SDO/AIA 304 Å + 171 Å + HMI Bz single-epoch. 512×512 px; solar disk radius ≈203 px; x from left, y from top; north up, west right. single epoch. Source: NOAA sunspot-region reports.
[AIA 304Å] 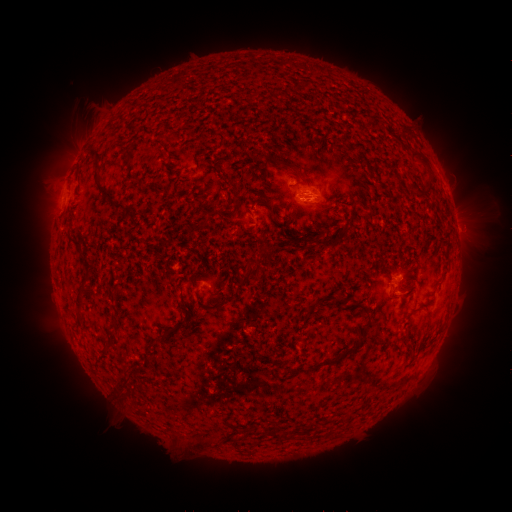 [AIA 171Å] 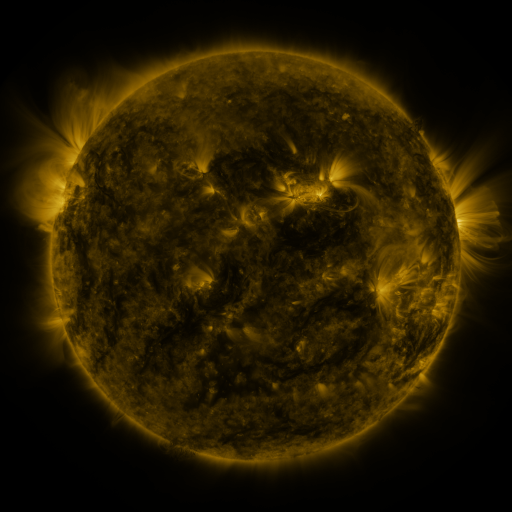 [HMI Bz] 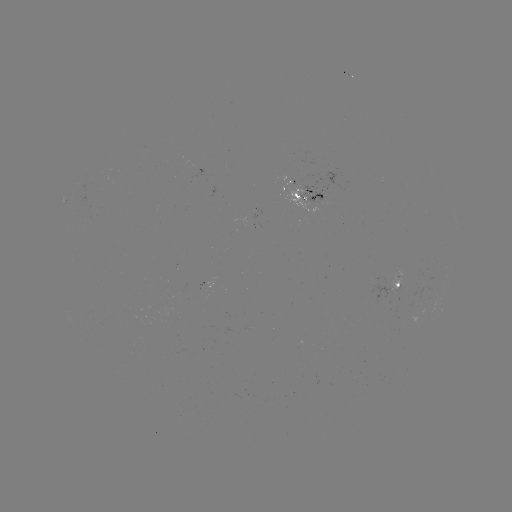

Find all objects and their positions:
spotted active region: (307, 196)
spotted active region: (456, 223)
spotted active region: (399, 285)
